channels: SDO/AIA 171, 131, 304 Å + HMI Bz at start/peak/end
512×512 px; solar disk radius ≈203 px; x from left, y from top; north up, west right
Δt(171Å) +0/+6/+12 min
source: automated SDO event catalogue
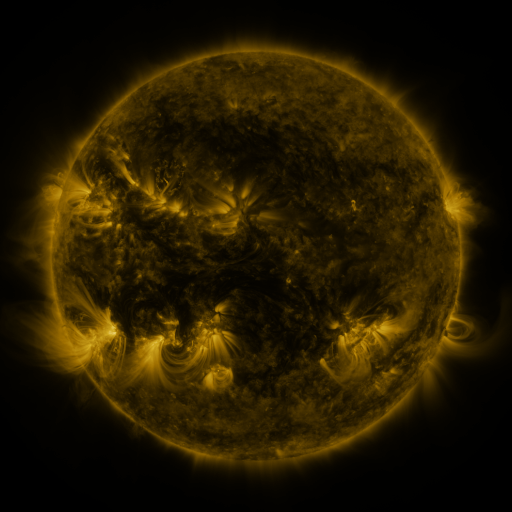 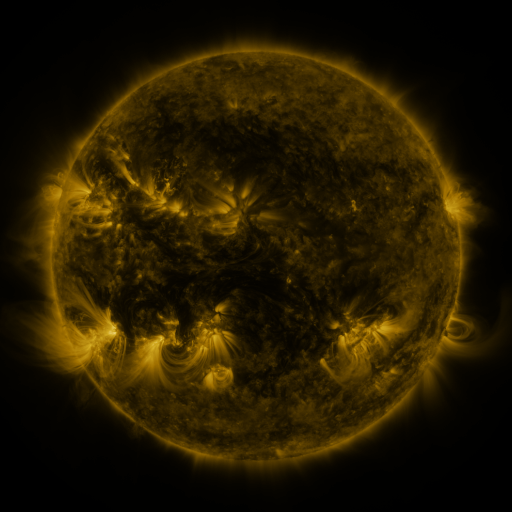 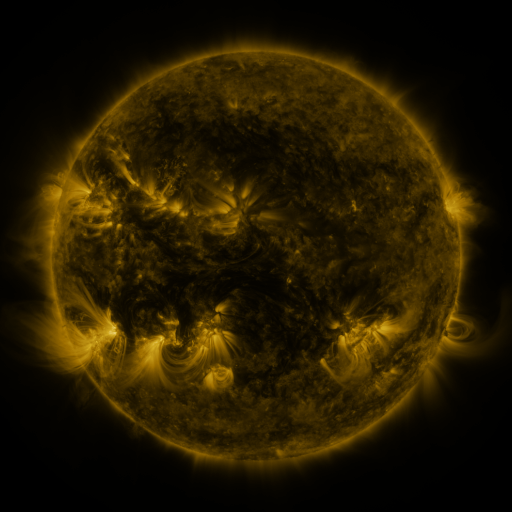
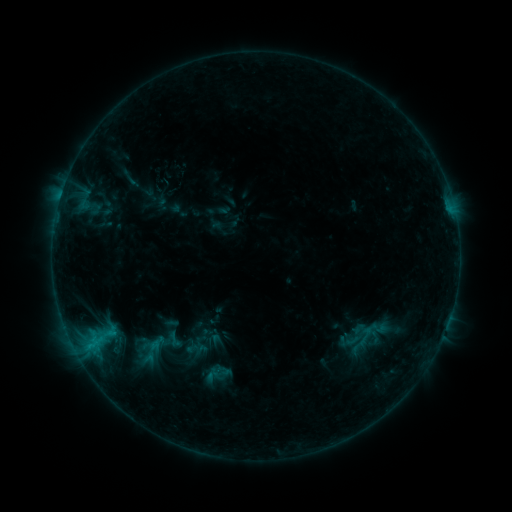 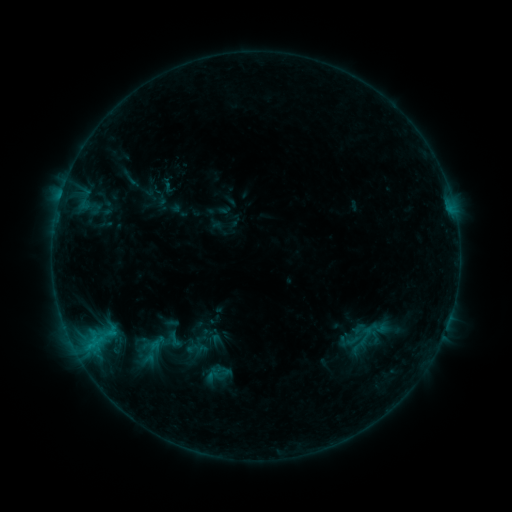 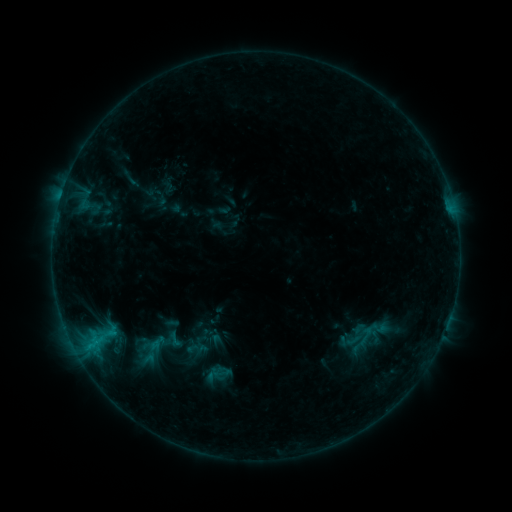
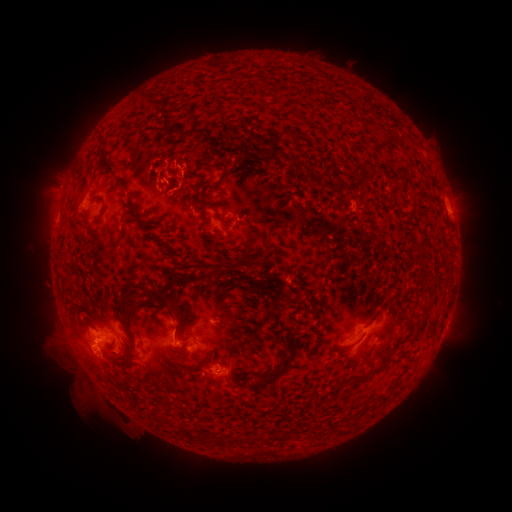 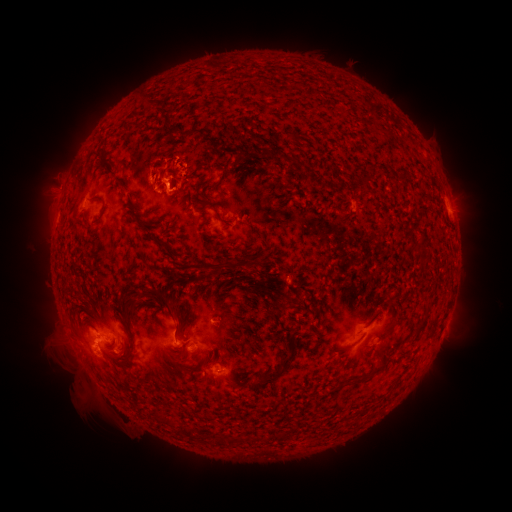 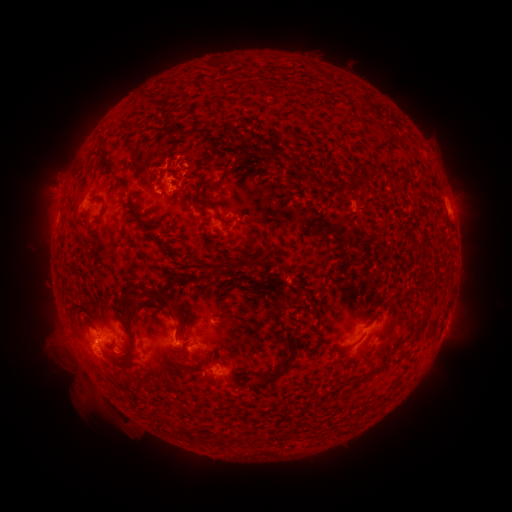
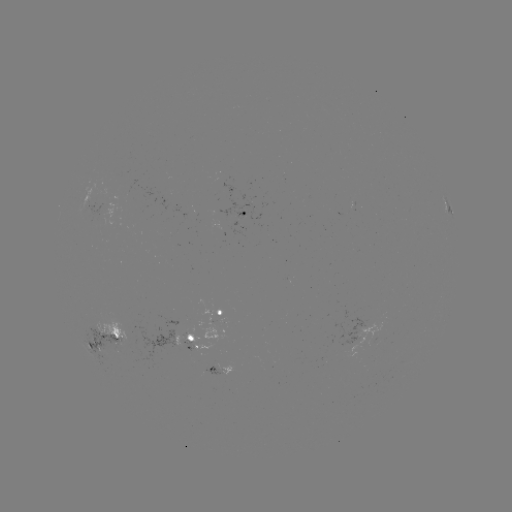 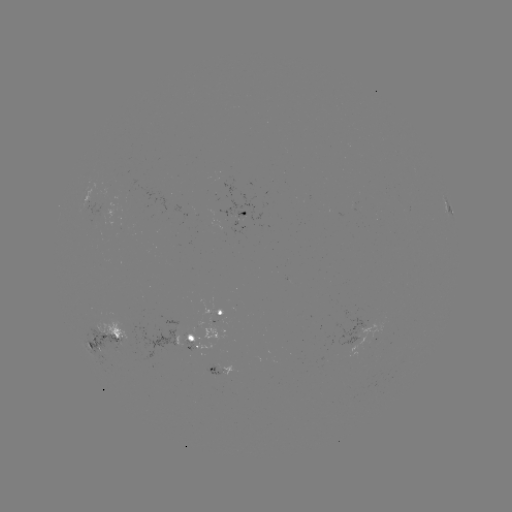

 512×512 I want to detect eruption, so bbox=[128, 168, 188, 215].